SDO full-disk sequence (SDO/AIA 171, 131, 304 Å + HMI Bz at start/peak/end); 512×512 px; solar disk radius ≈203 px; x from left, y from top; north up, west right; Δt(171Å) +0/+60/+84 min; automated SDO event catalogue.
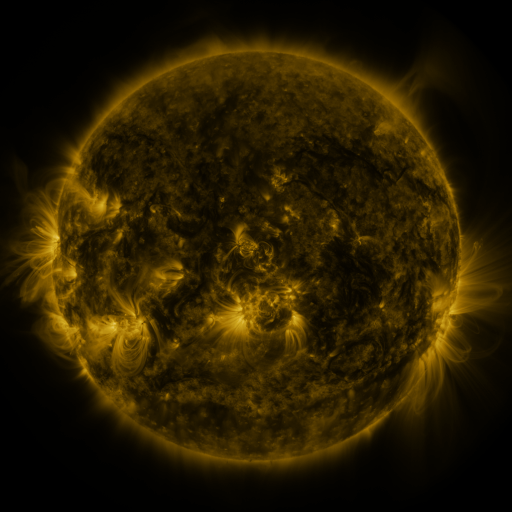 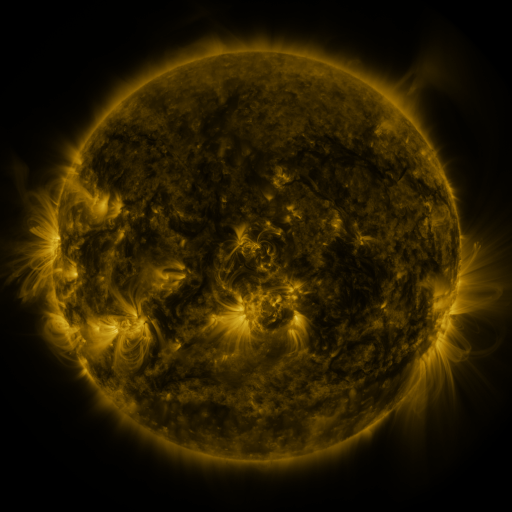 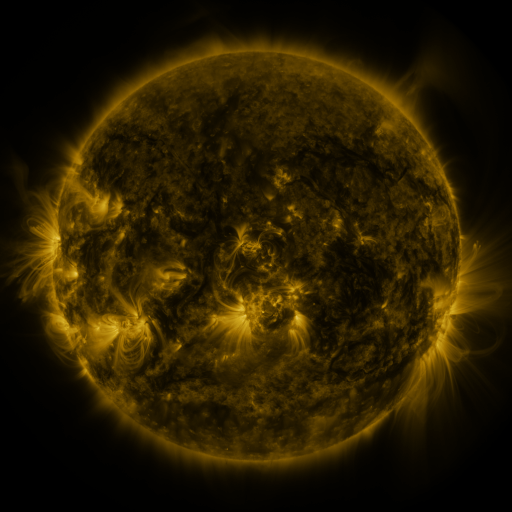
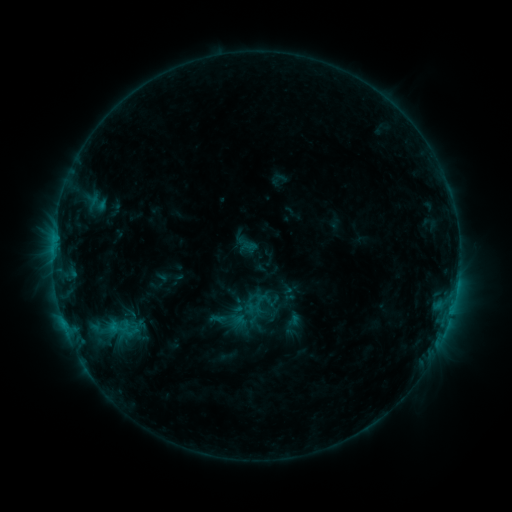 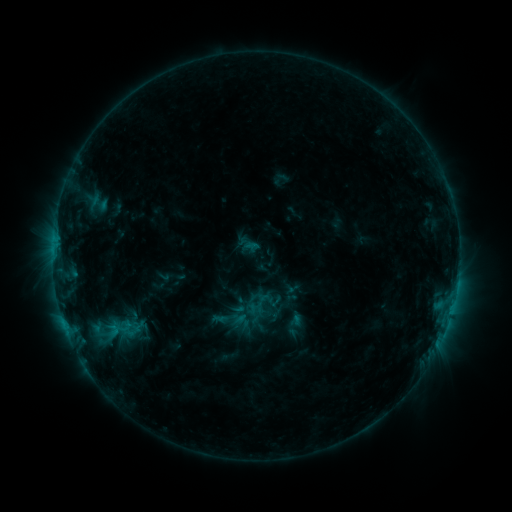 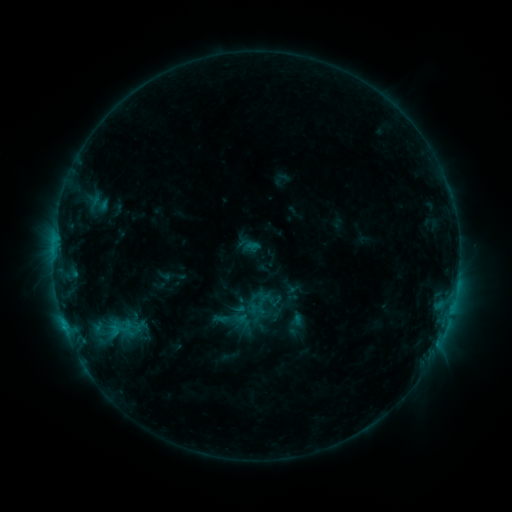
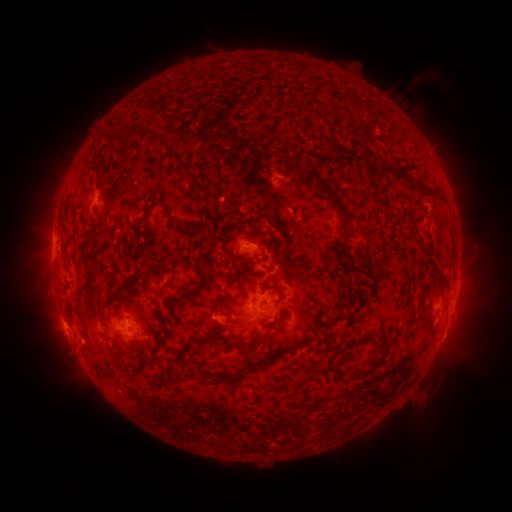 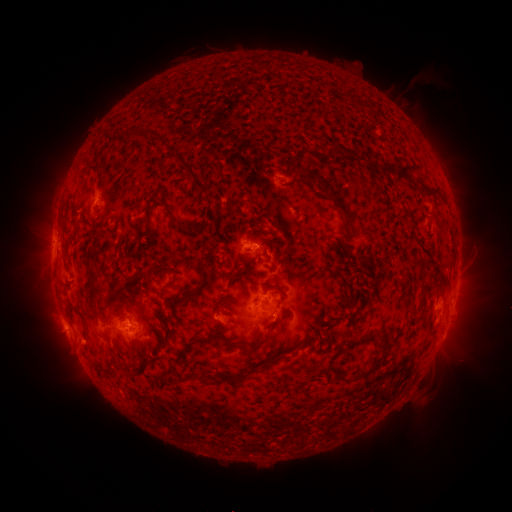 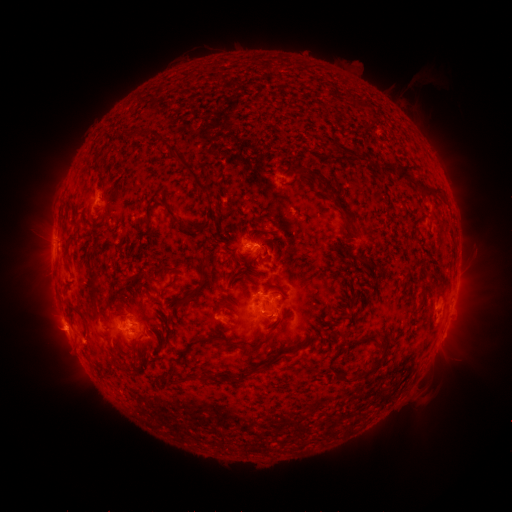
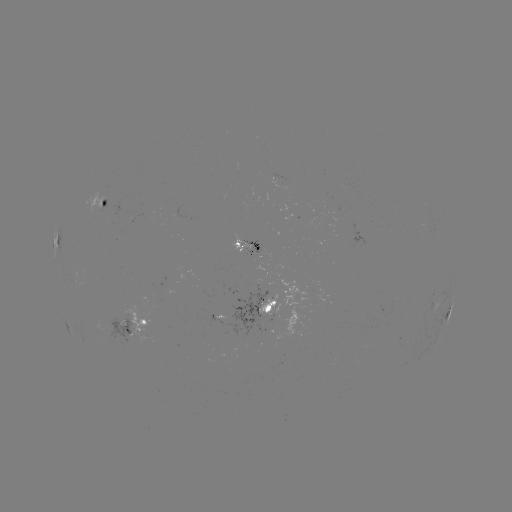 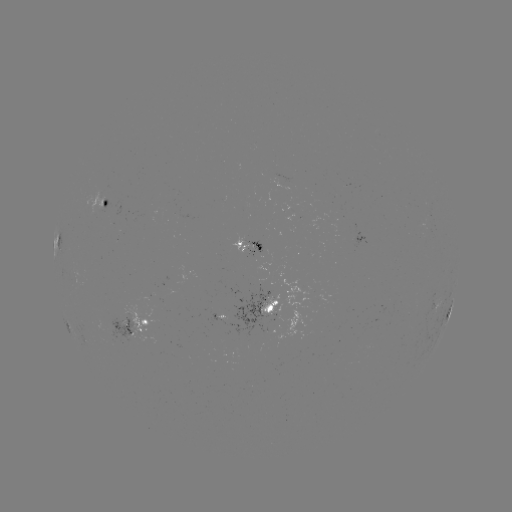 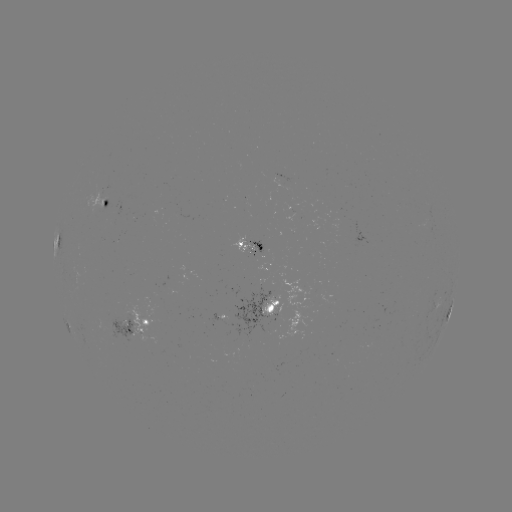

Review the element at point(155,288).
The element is emerging-flux region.